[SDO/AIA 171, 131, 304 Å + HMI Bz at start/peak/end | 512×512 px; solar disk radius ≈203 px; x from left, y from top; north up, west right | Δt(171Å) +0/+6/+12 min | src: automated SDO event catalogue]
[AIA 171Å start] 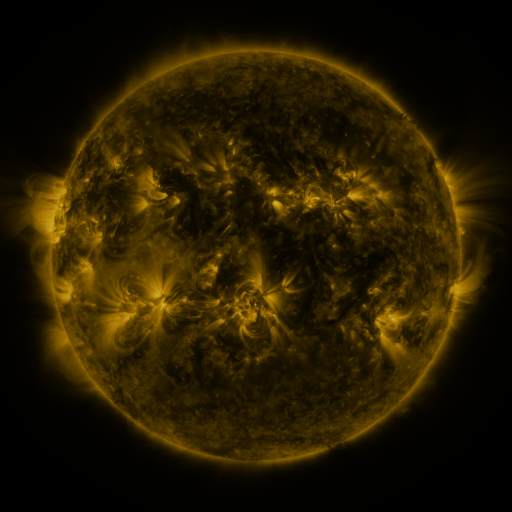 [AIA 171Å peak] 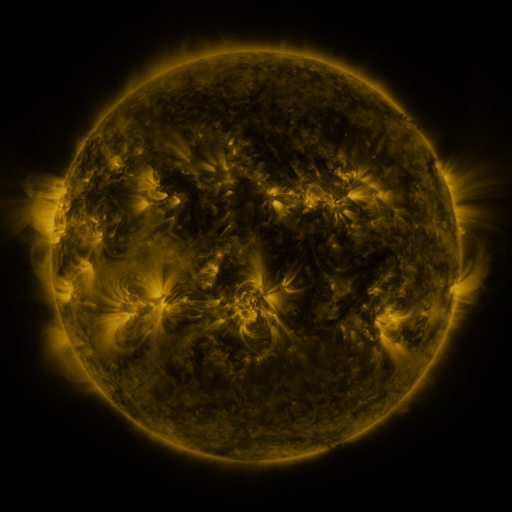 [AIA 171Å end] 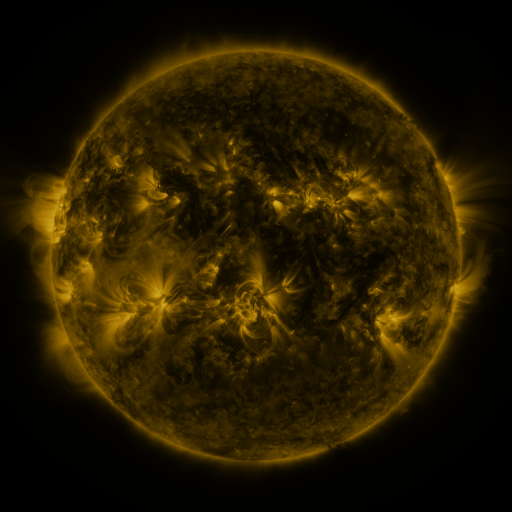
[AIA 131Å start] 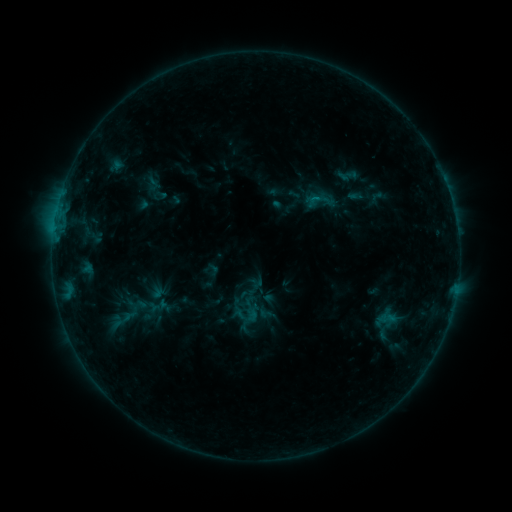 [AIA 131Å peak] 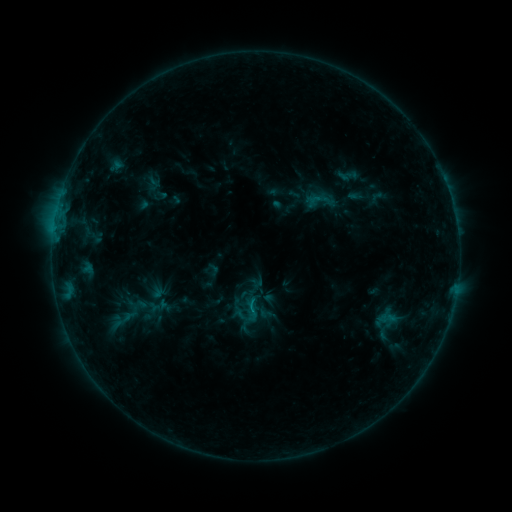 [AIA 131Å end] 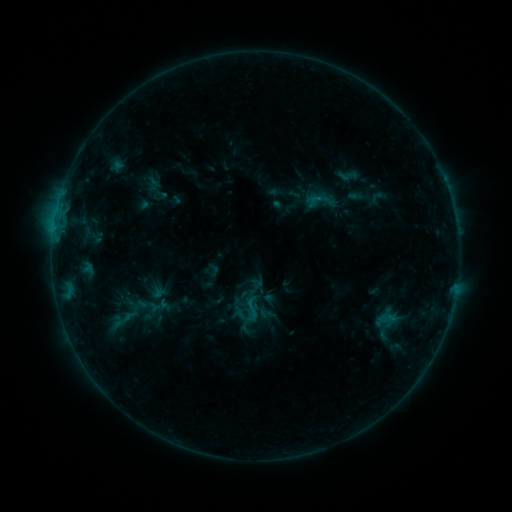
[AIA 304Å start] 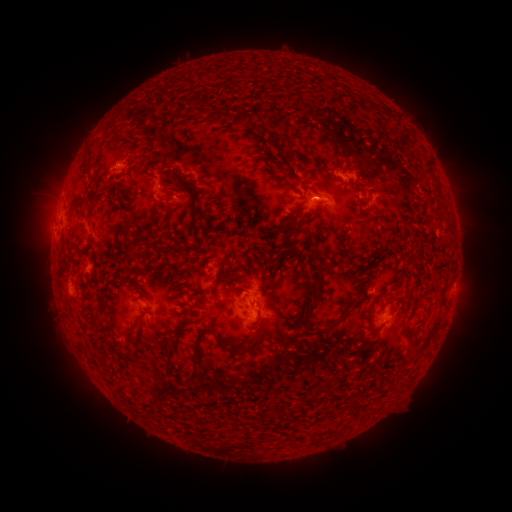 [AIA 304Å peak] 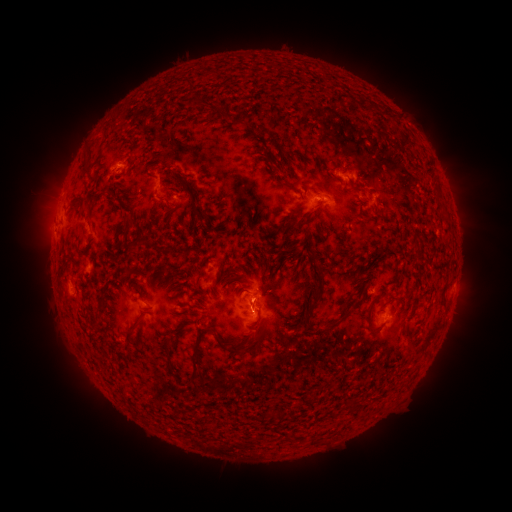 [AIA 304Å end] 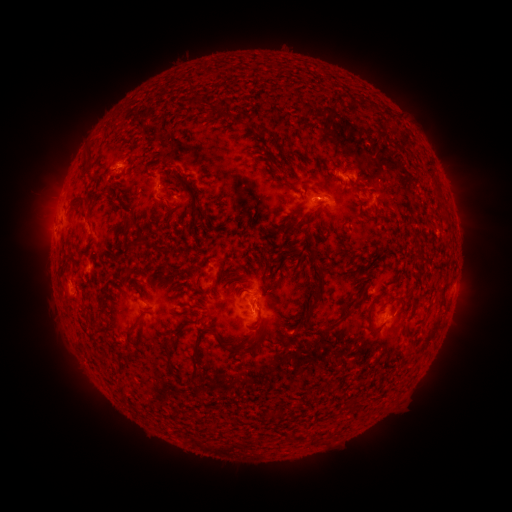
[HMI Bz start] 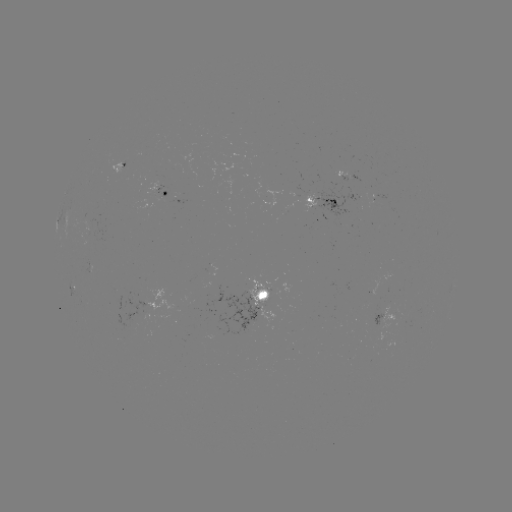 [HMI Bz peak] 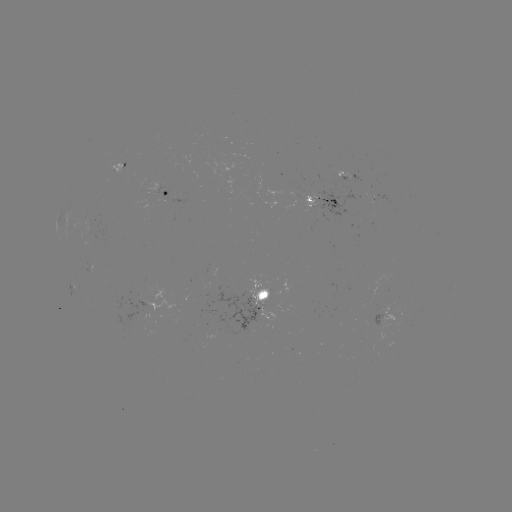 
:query B5.4 flare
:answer (252, 307)